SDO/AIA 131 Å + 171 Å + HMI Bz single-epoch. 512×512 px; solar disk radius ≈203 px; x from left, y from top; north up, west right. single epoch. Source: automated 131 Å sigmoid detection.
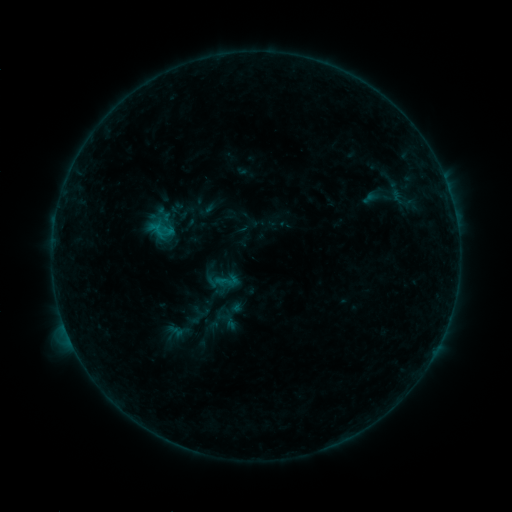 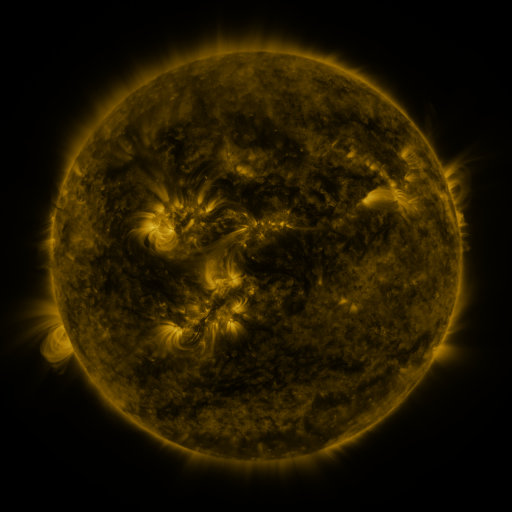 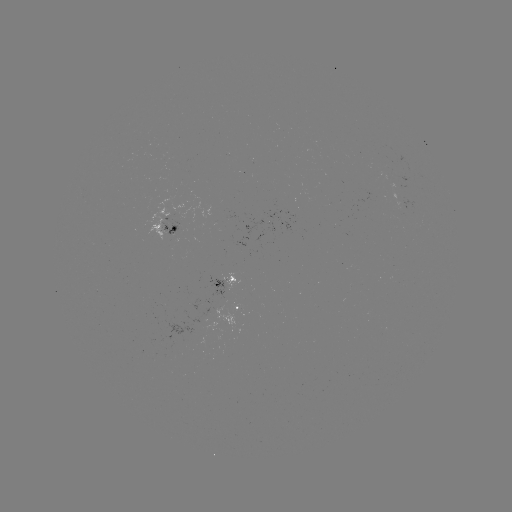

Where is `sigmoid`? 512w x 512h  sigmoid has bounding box [214, 269, 240, 293].